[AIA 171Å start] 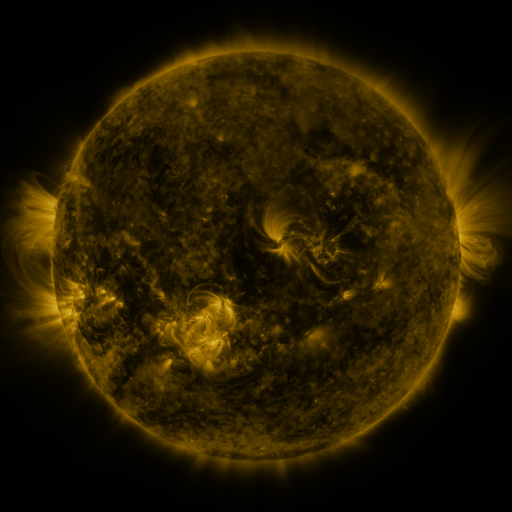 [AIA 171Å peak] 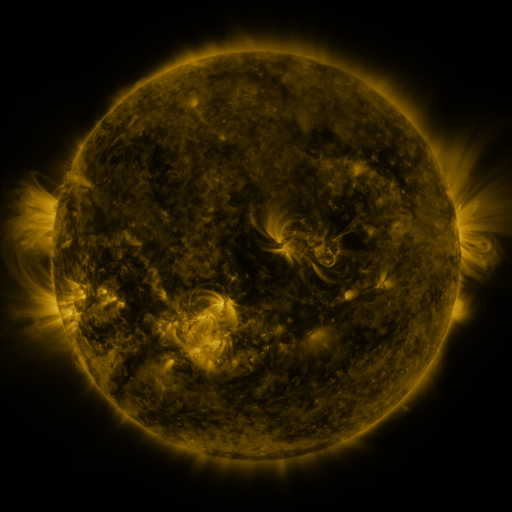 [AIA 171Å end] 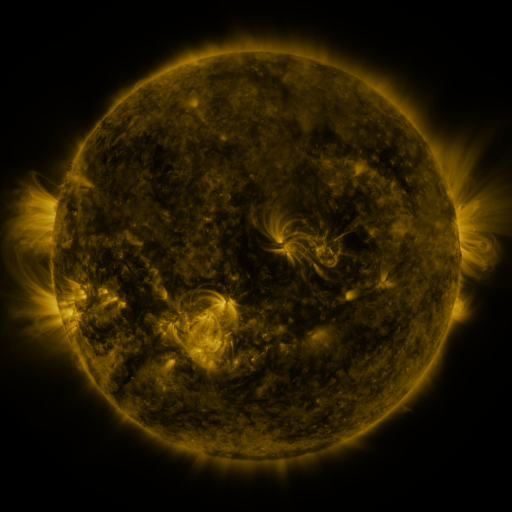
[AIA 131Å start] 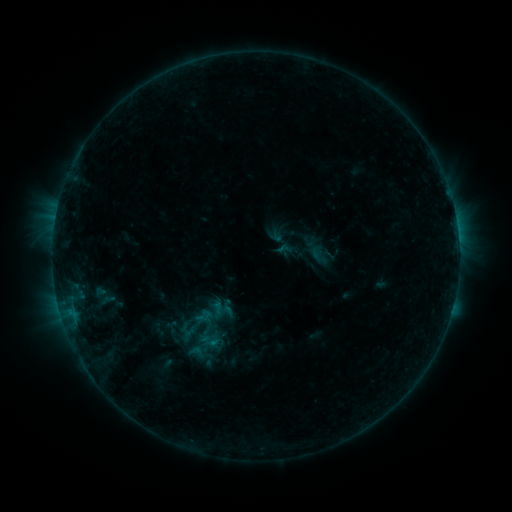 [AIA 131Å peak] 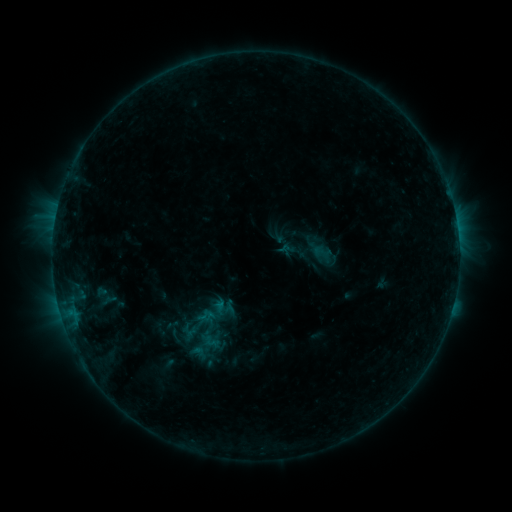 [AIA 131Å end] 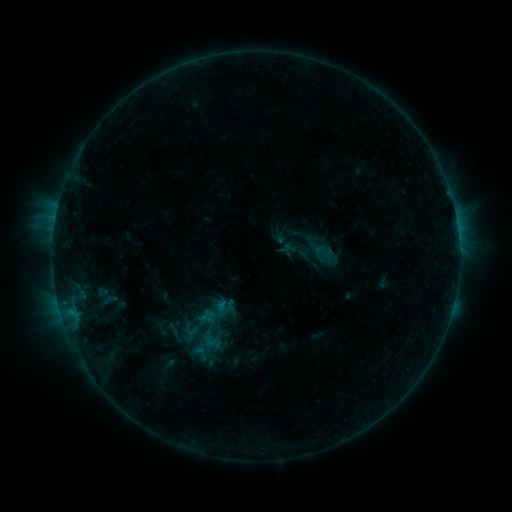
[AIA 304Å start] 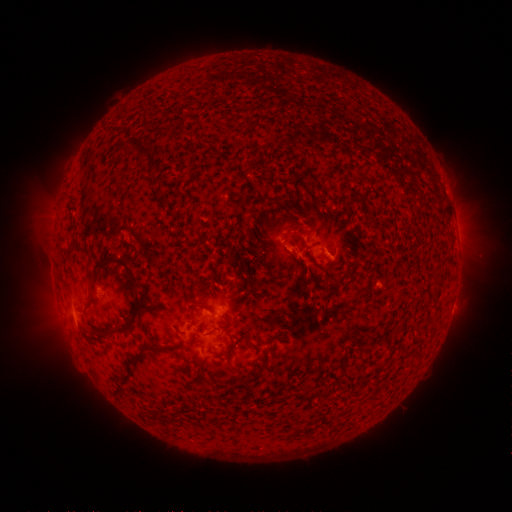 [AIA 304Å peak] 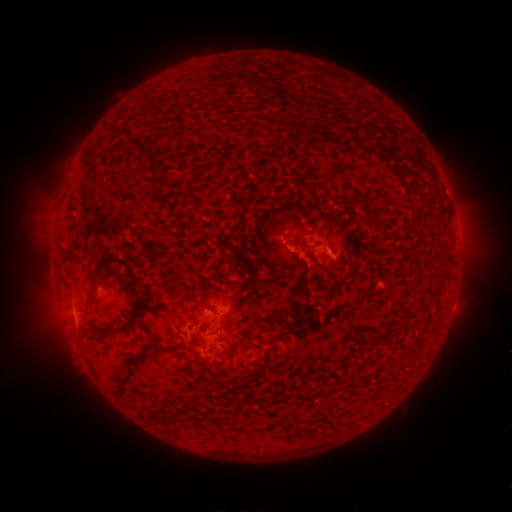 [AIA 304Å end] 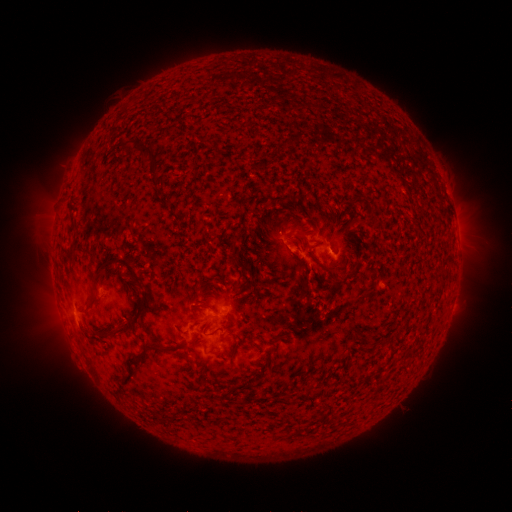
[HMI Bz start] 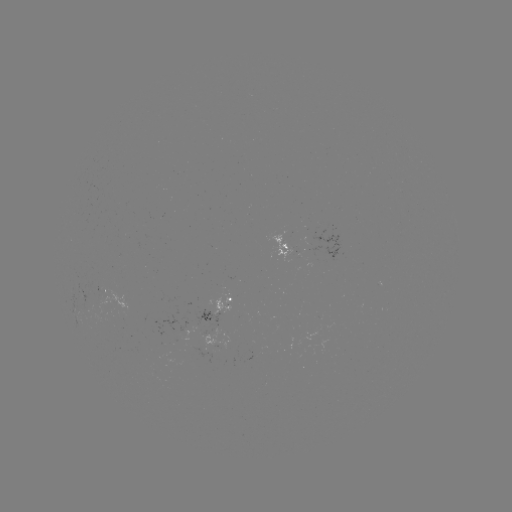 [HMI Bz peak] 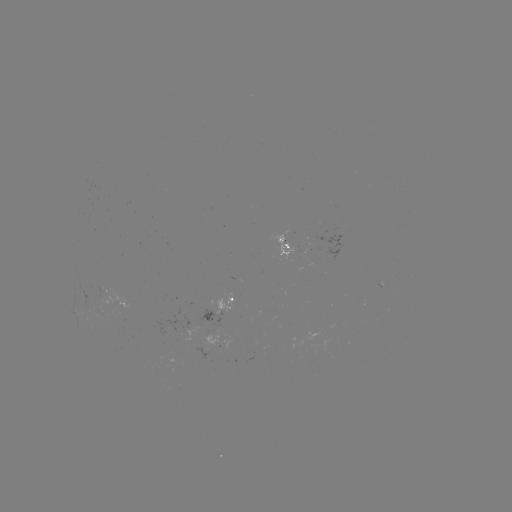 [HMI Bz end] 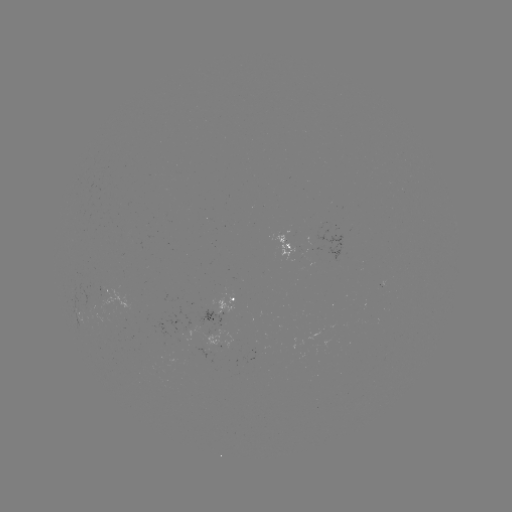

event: emerging-flux region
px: (153, 370)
